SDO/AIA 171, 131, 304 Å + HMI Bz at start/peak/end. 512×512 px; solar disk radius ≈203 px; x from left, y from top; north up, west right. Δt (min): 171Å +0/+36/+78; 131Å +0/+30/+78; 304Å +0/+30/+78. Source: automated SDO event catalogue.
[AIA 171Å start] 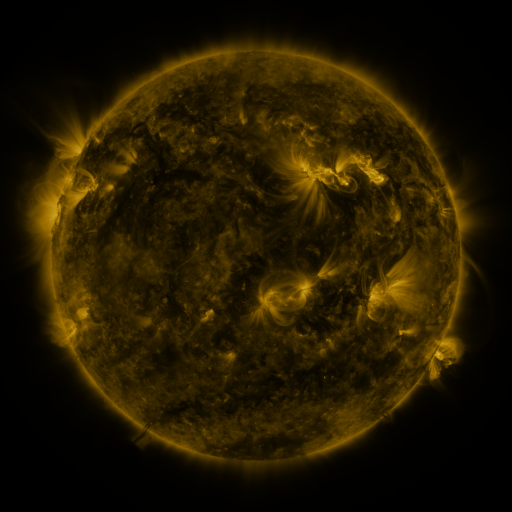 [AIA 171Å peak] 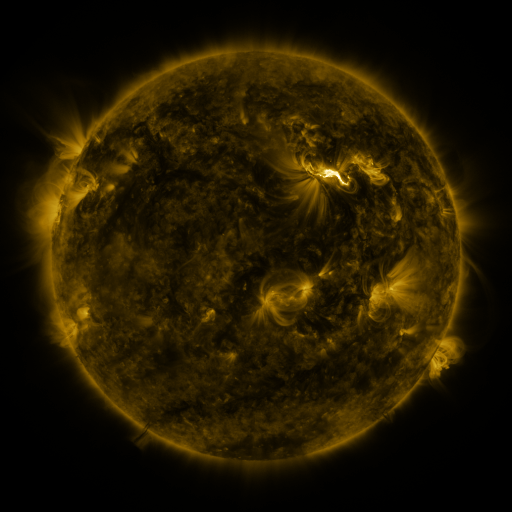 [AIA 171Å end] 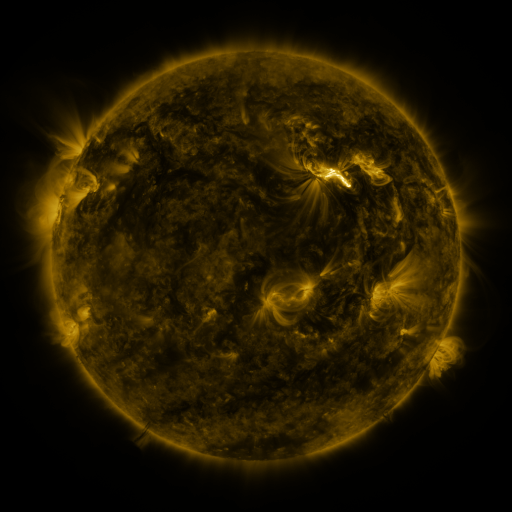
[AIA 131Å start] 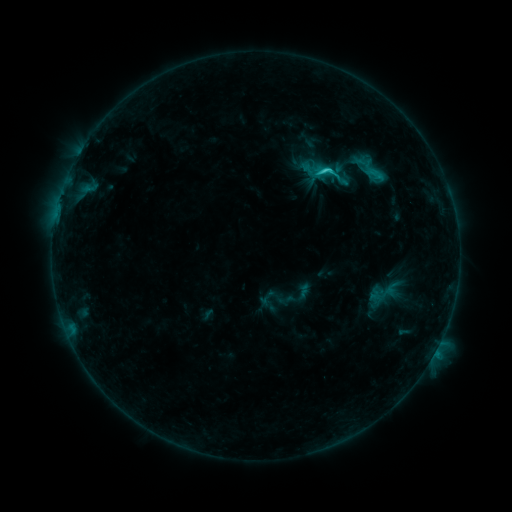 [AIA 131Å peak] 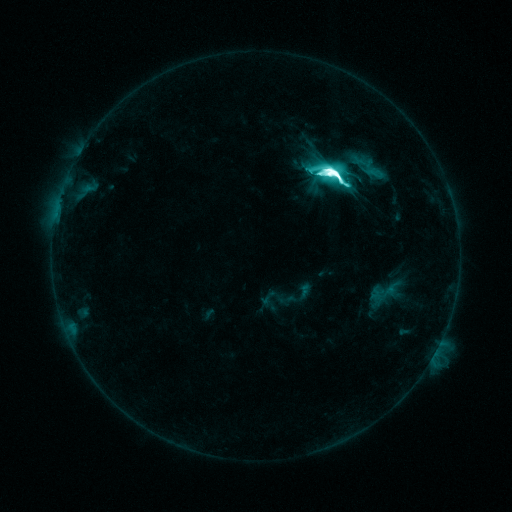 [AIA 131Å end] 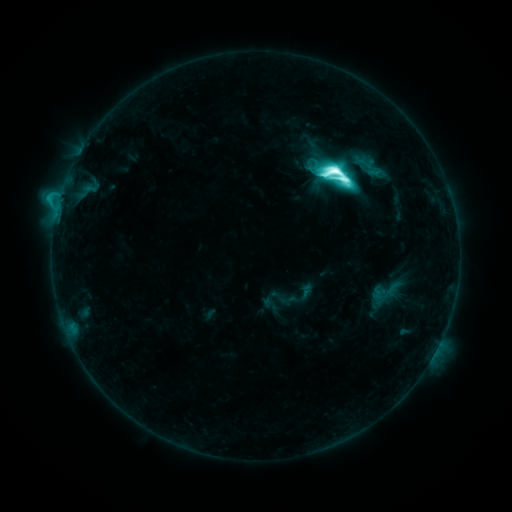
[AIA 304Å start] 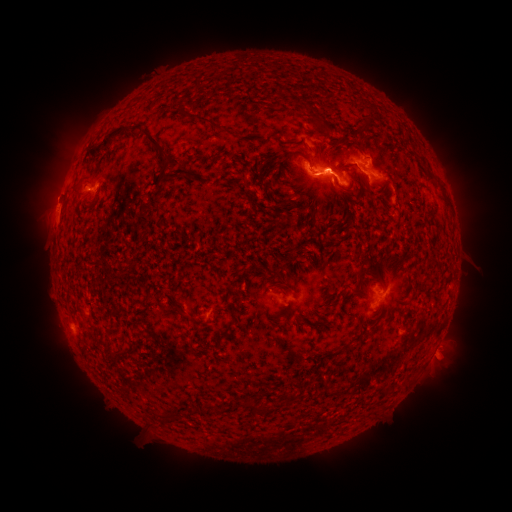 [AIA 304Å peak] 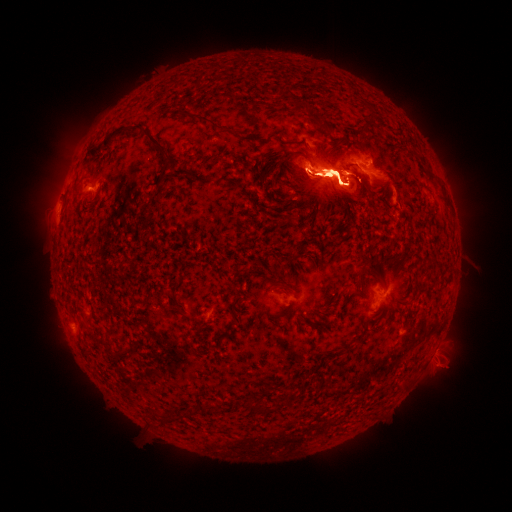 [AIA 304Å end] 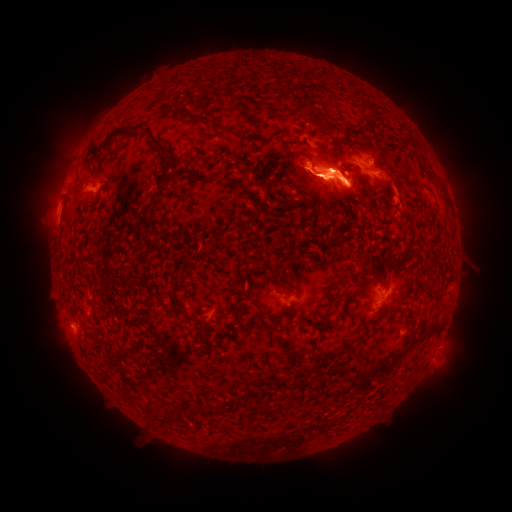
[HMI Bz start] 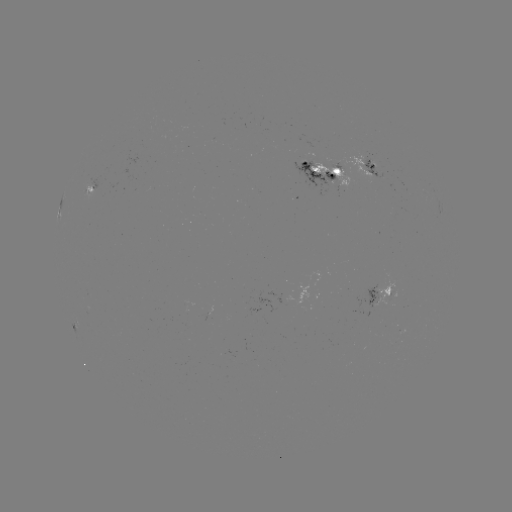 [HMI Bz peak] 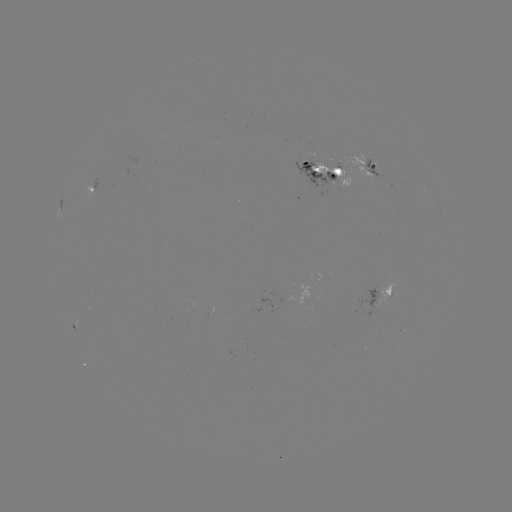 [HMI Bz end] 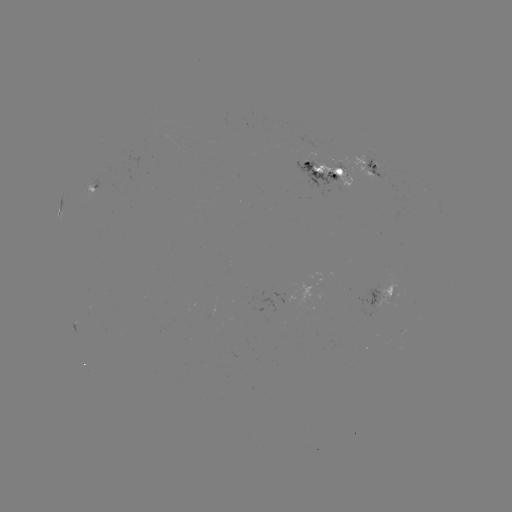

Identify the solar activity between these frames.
M8.4 flare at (335, 174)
